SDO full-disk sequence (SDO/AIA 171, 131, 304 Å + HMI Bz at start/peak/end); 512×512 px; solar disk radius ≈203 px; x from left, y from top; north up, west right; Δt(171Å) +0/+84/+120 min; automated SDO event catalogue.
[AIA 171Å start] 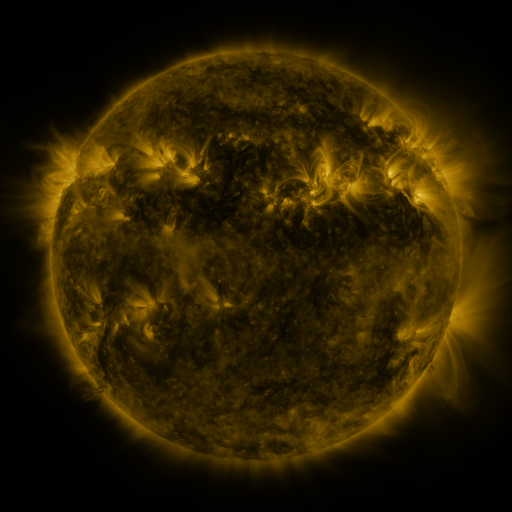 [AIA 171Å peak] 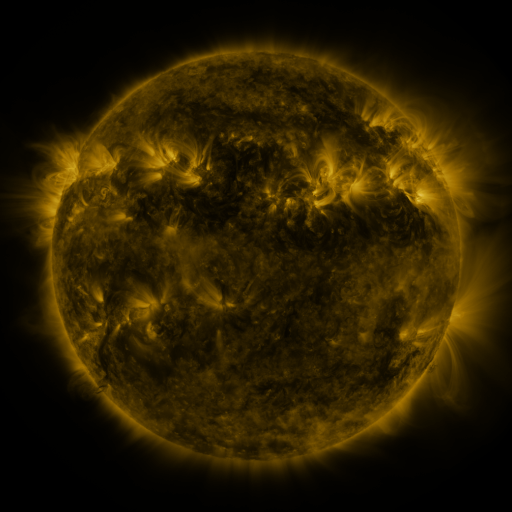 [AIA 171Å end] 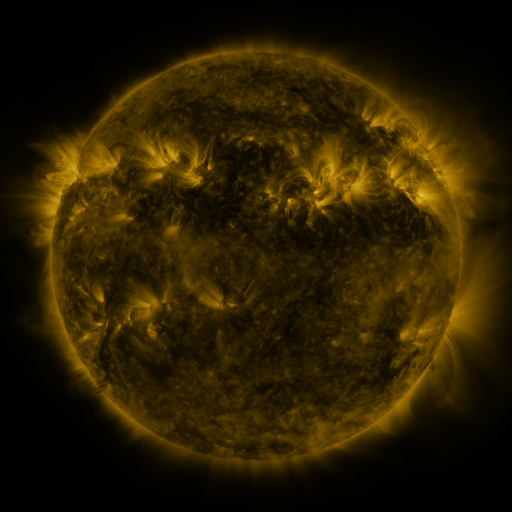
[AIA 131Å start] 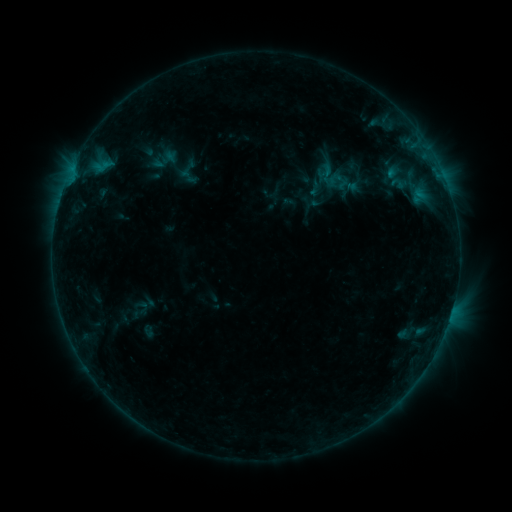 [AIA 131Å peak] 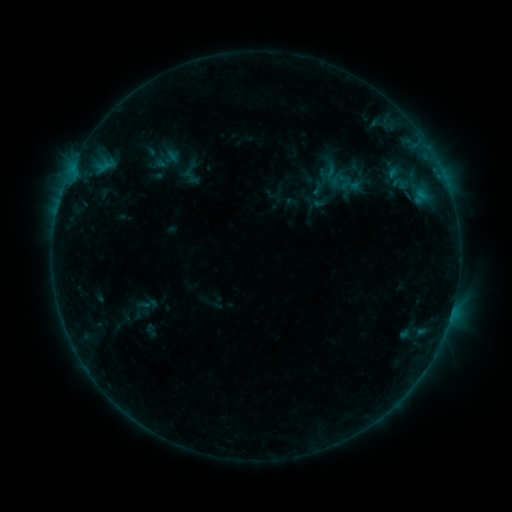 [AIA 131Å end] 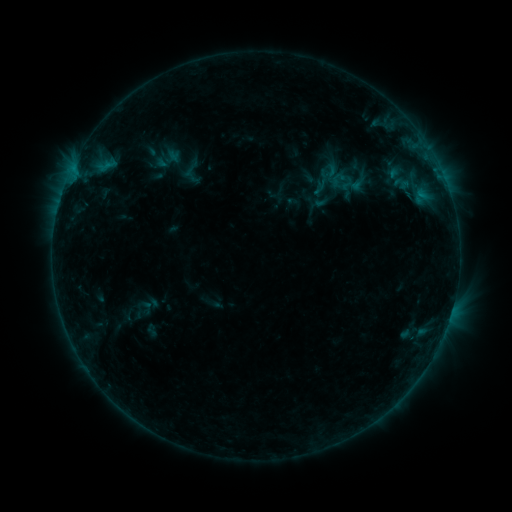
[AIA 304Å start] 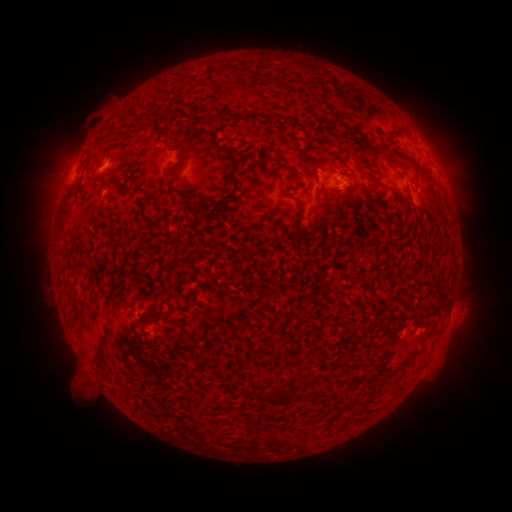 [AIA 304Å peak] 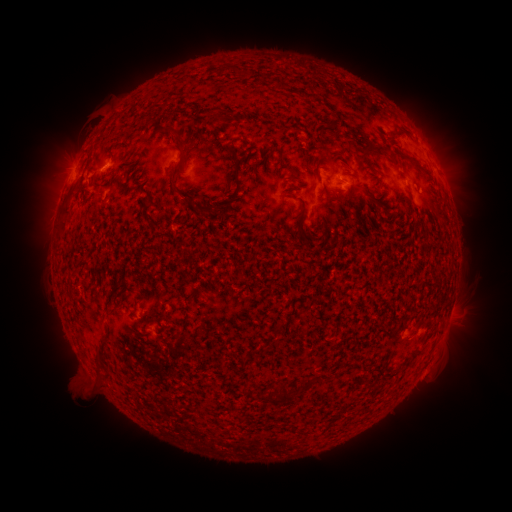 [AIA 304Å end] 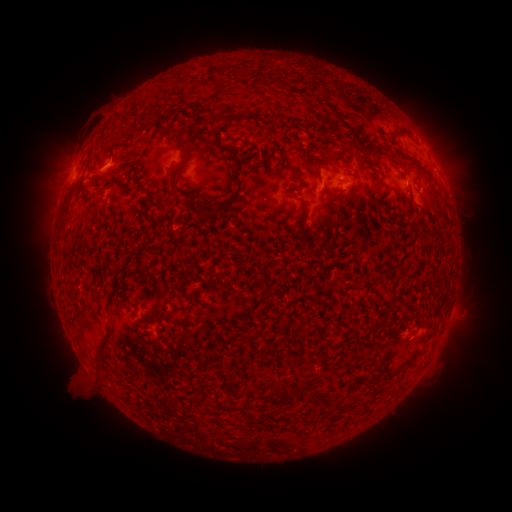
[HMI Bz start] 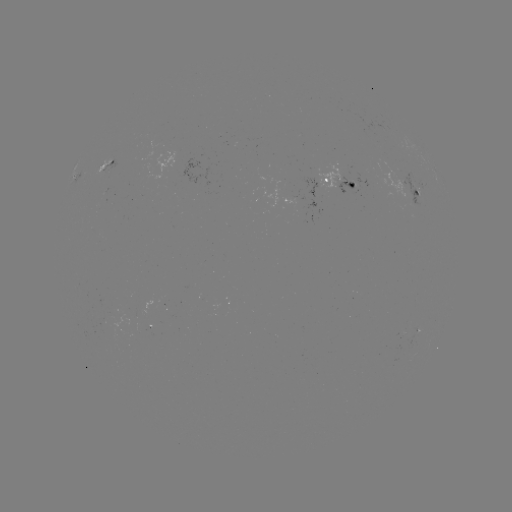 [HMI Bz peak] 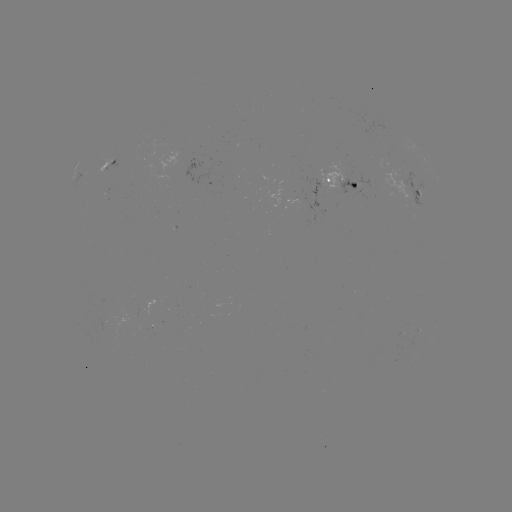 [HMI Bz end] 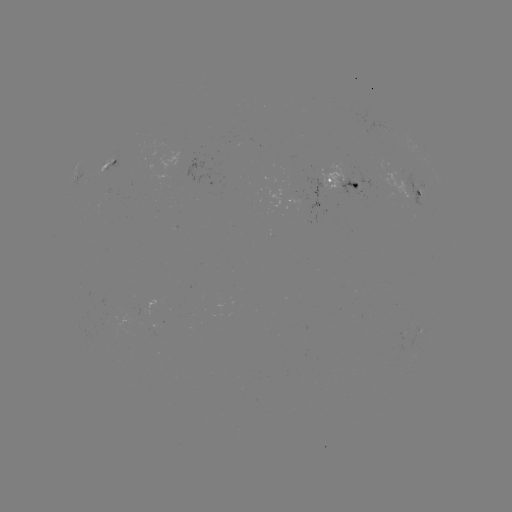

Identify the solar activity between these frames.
emerging-flux region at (344, 186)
